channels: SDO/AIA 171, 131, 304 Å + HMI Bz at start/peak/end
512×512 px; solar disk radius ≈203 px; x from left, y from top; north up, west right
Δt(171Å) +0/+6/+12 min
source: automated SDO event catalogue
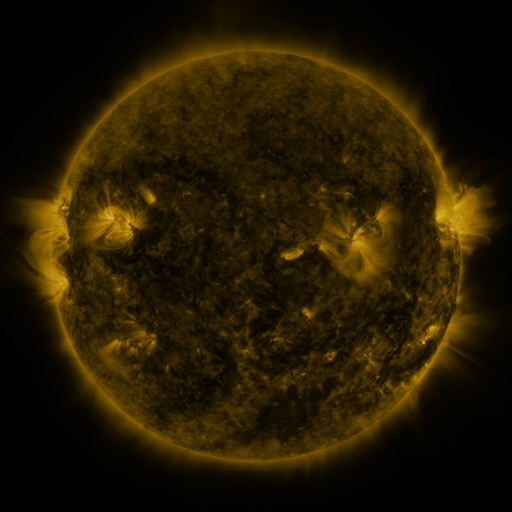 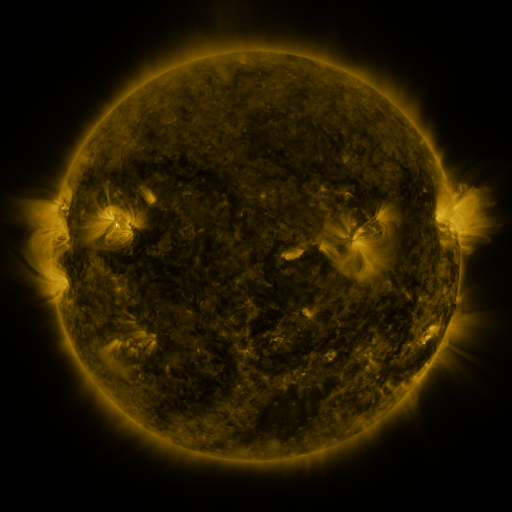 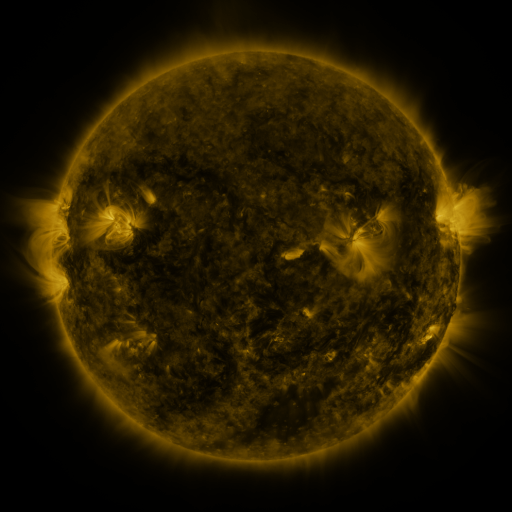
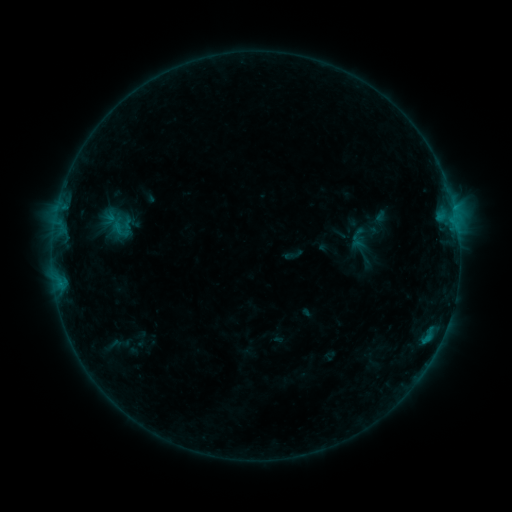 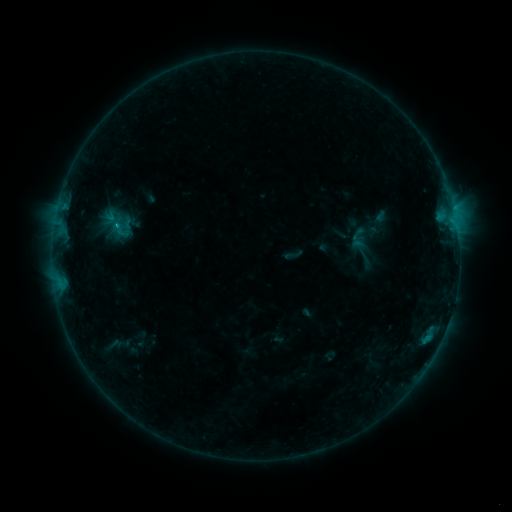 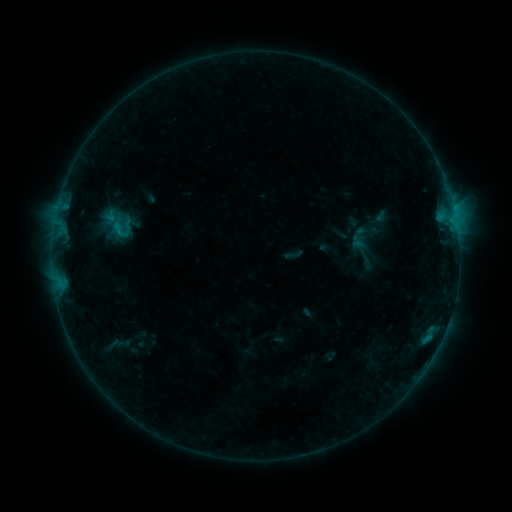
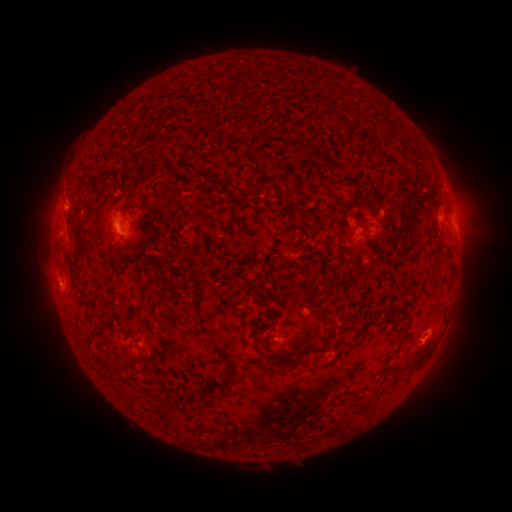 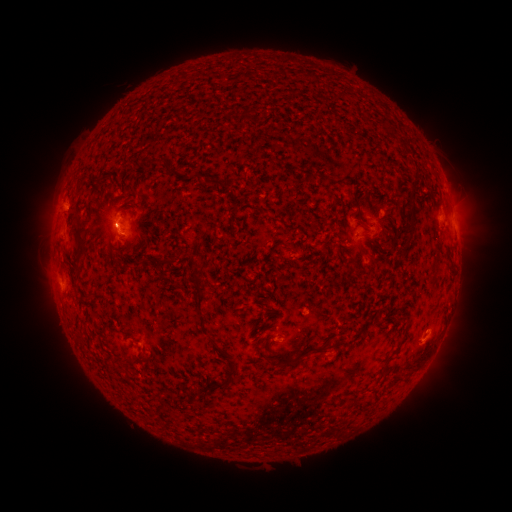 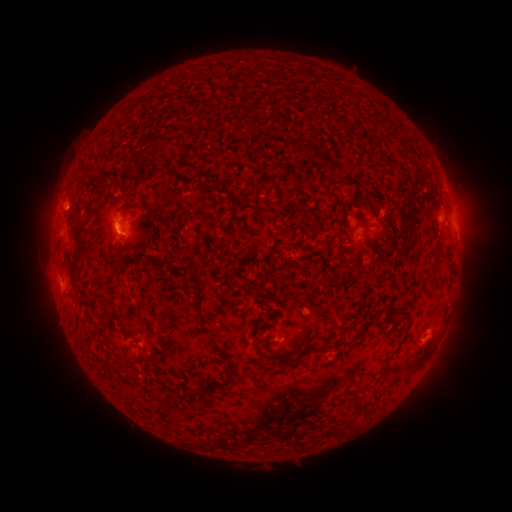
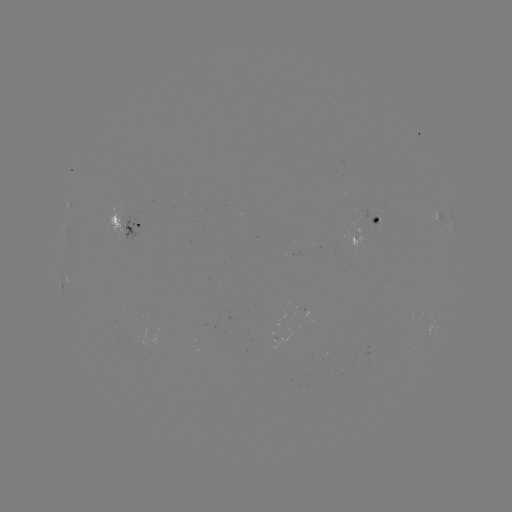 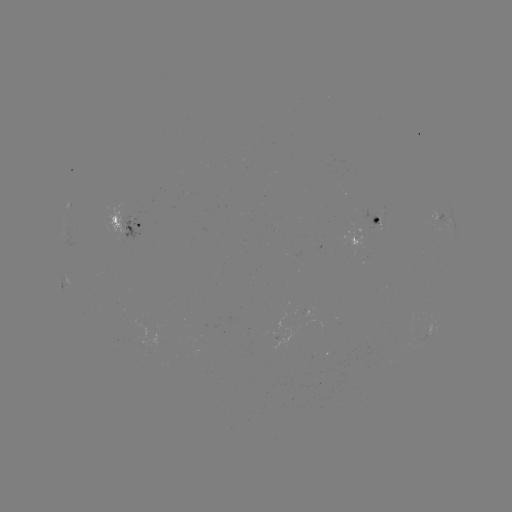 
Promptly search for B6.3 flare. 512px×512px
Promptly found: (66, 209).